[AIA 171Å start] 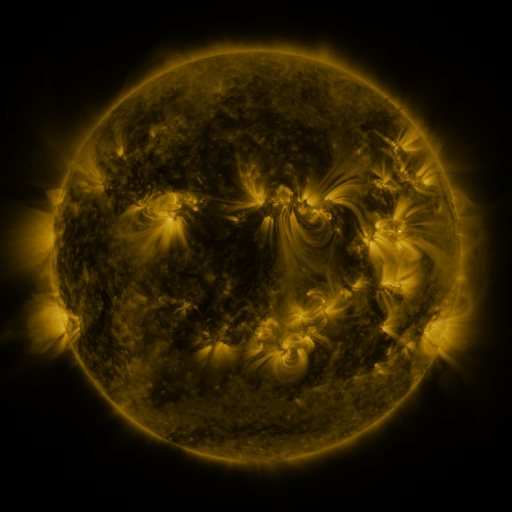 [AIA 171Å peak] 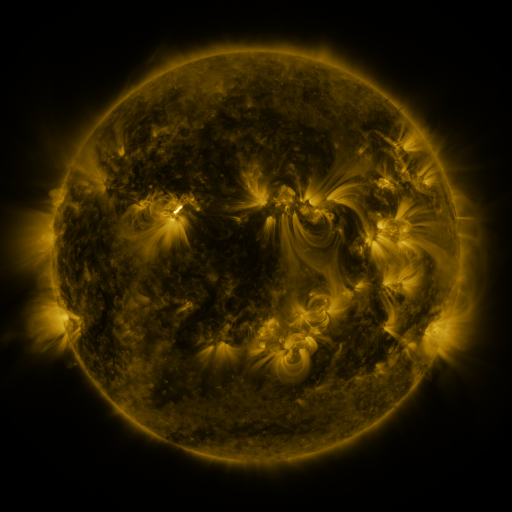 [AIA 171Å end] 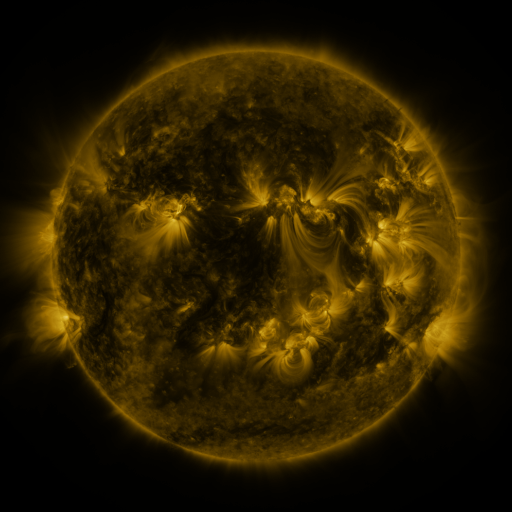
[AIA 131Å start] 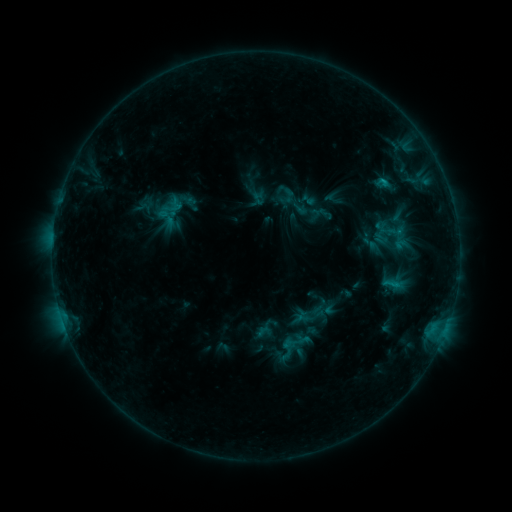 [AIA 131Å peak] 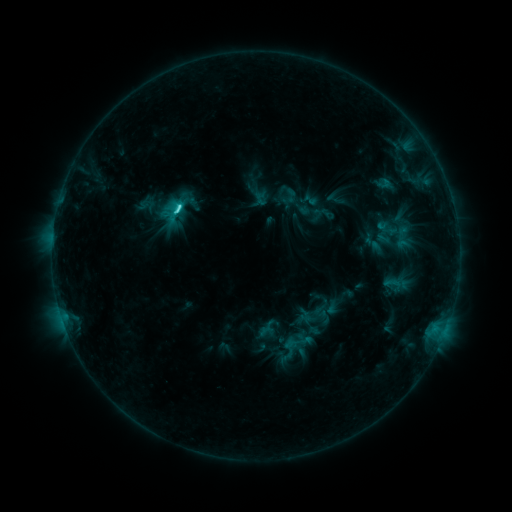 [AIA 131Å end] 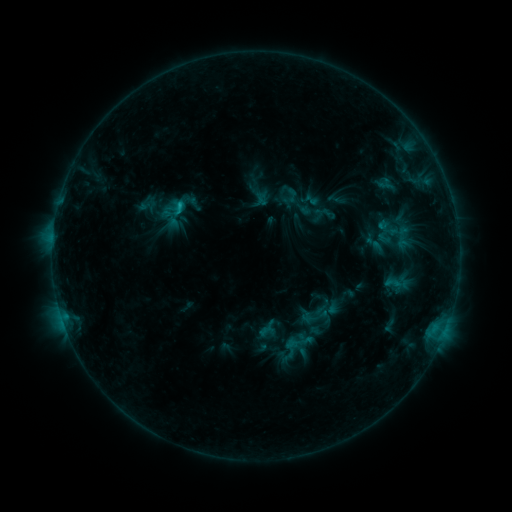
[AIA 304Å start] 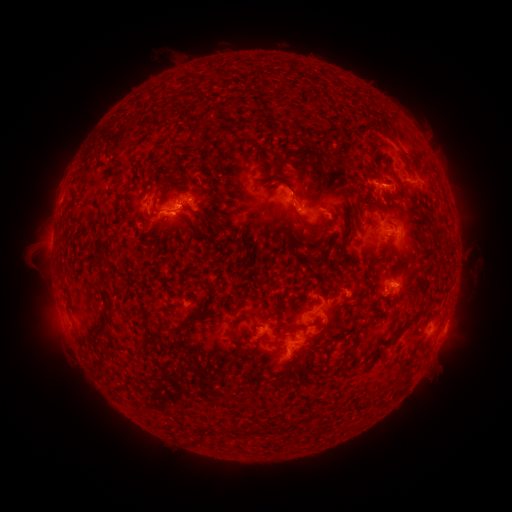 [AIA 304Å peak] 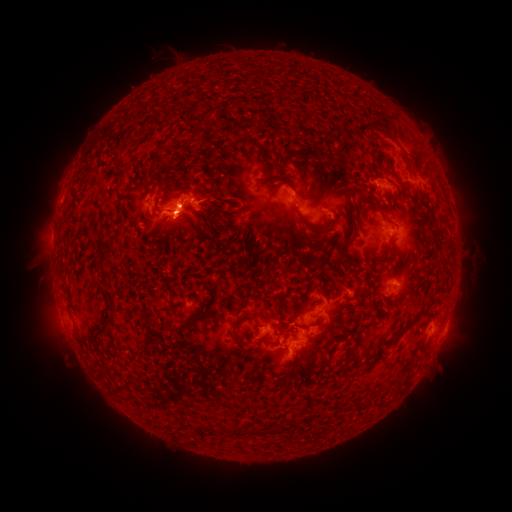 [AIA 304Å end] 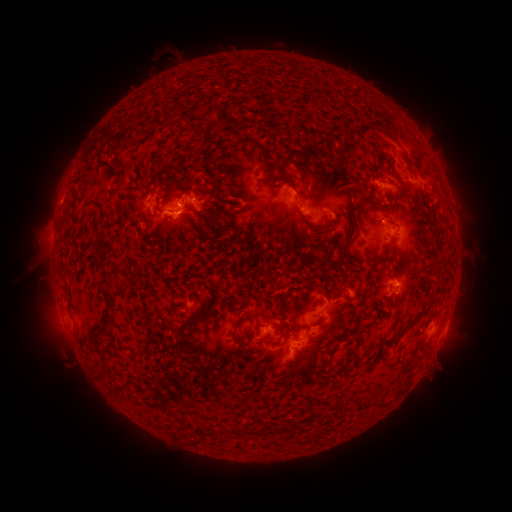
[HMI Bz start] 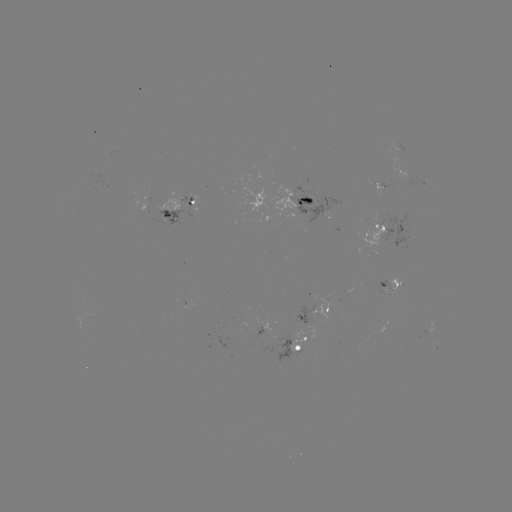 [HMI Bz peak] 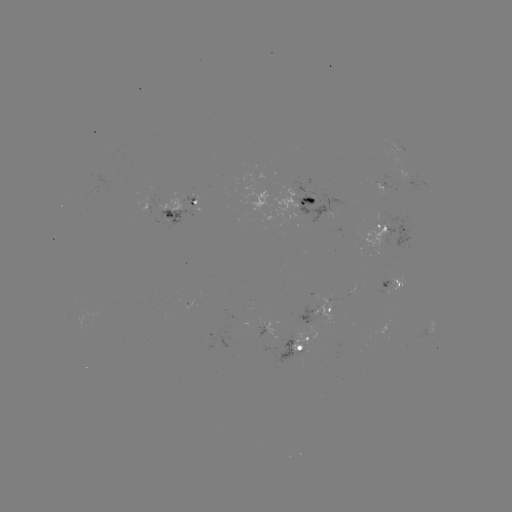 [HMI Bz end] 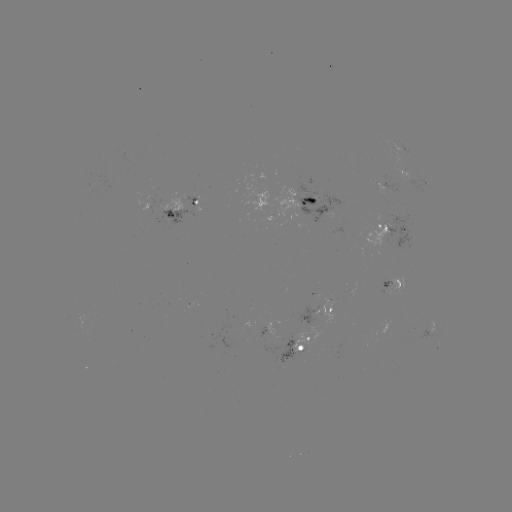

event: emerging-flux region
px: (166, 202)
